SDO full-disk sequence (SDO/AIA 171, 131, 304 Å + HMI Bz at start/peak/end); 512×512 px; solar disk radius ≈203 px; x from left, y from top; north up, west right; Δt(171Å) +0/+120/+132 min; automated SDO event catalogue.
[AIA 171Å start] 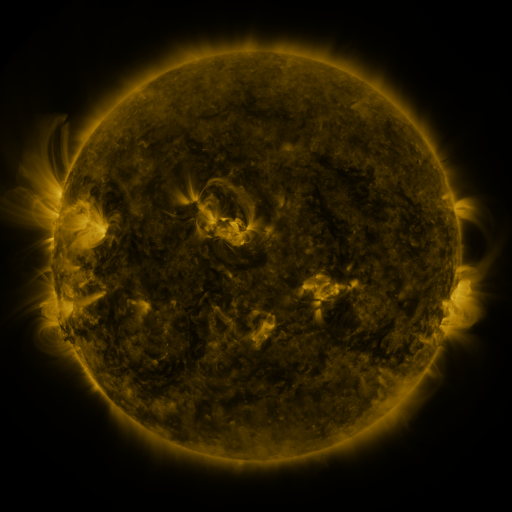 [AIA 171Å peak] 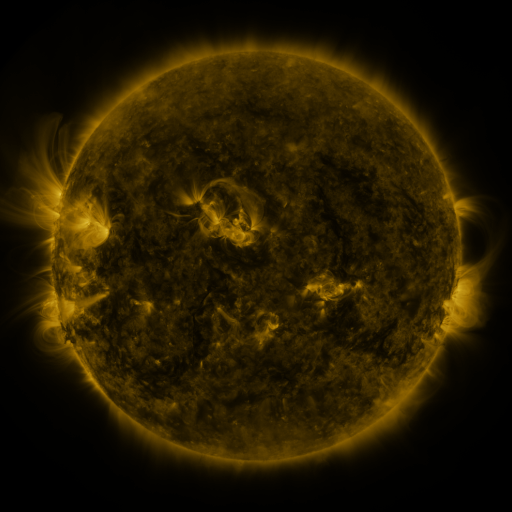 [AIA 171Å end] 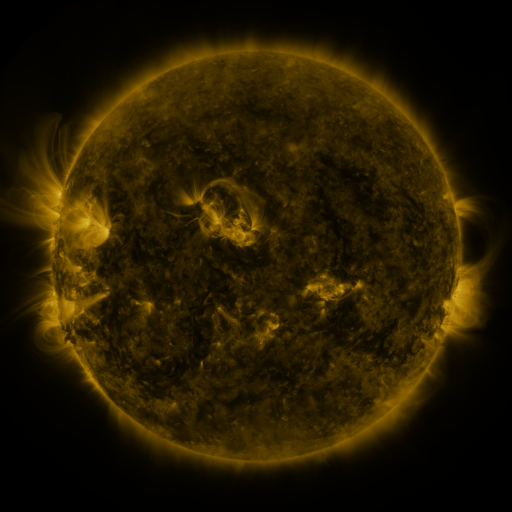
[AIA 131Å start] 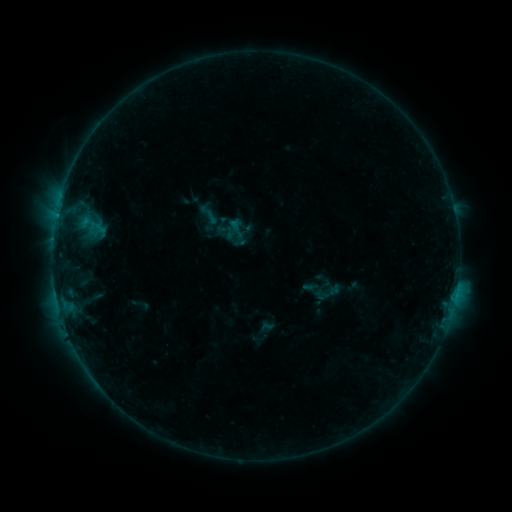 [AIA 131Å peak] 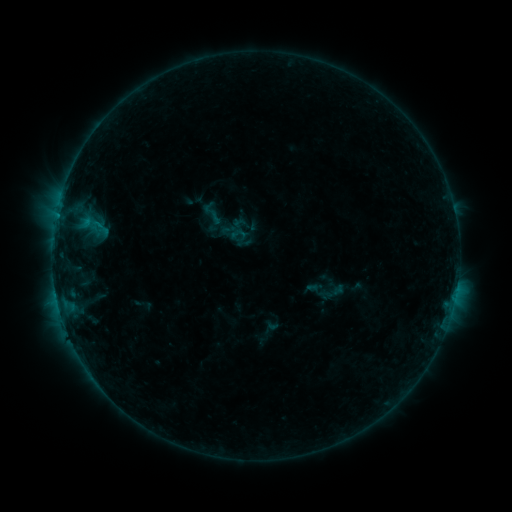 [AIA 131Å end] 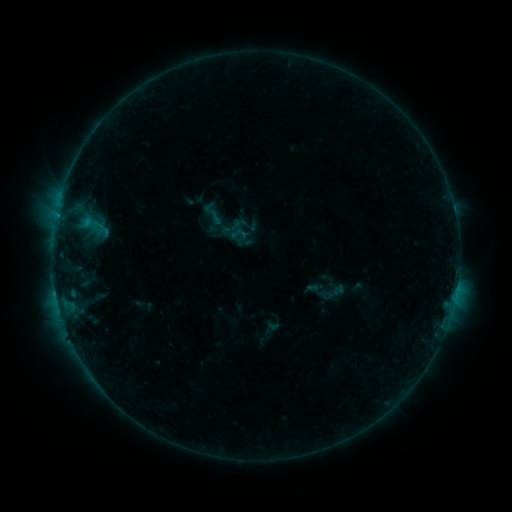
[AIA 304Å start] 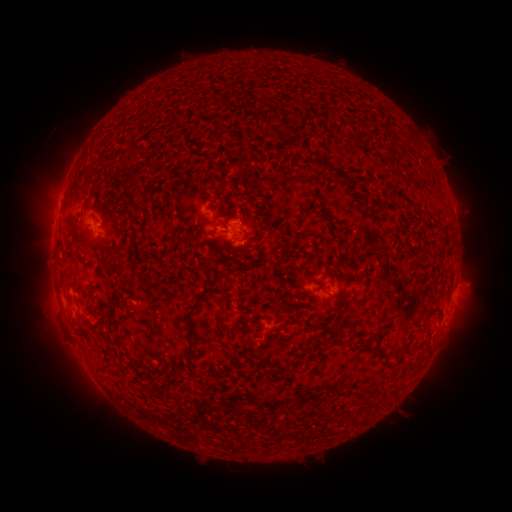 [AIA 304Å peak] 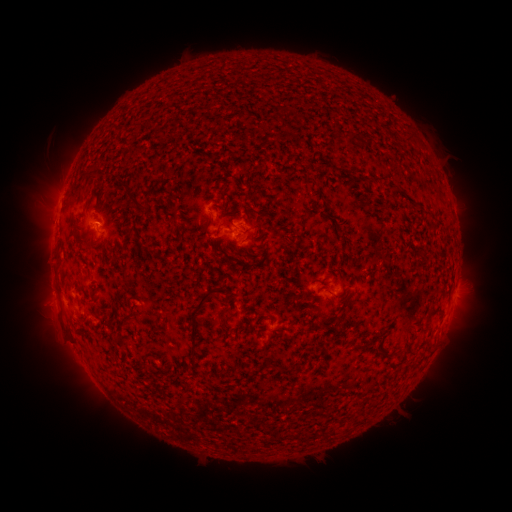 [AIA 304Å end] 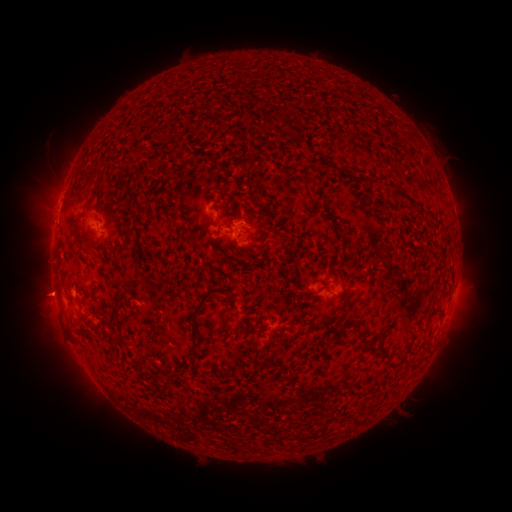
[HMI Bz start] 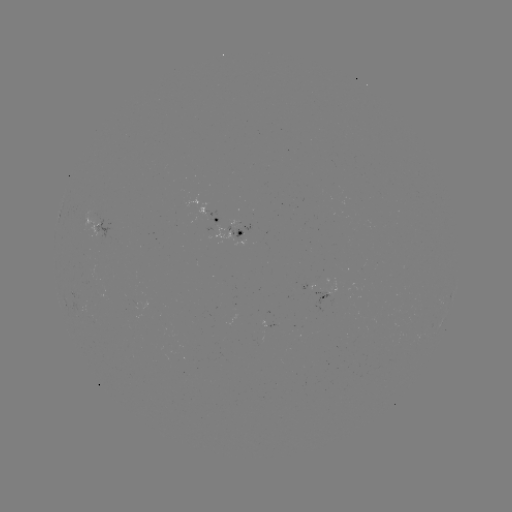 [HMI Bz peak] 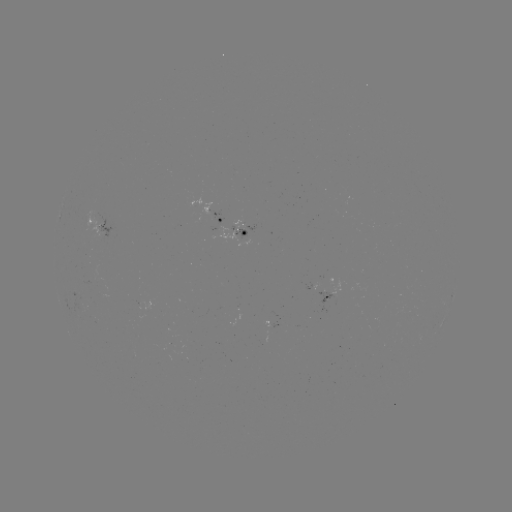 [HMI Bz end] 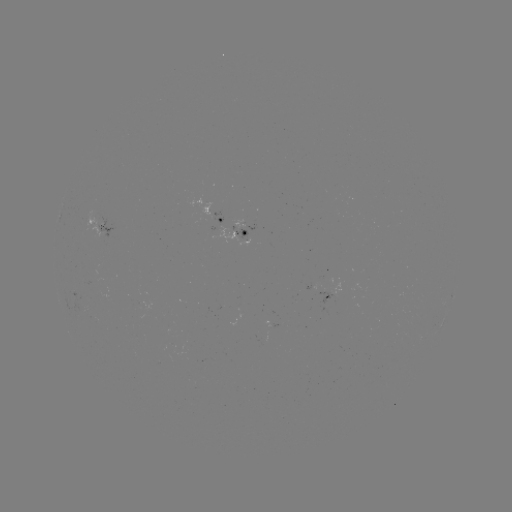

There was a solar emerging-flux region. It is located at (242, 228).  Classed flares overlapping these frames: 1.